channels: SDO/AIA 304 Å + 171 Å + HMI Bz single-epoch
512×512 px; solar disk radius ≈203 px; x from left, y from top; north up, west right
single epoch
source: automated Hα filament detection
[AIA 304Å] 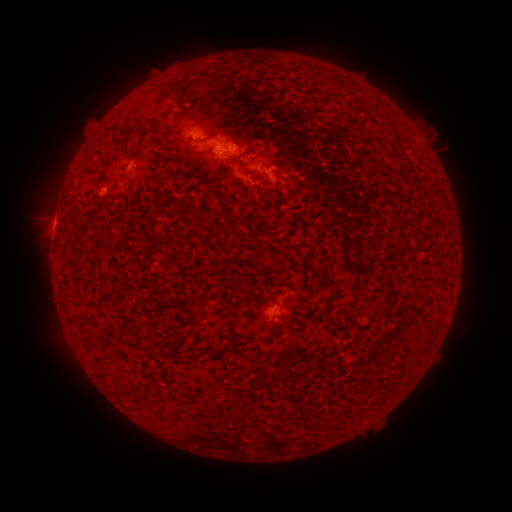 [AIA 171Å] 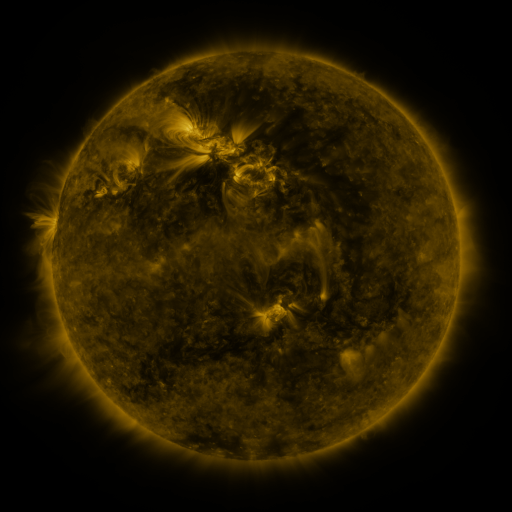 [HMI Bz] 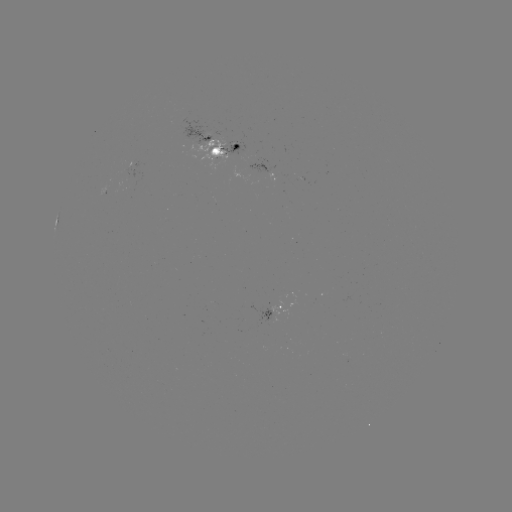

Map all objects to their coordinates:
filament: (179, 97)
filament: (168, 134)
filament: (201, 140)
filament: (157, 178)
filament: (199, 219)
filament: (166, 238)
filament: (217, 349)
filament: (118, 387)
